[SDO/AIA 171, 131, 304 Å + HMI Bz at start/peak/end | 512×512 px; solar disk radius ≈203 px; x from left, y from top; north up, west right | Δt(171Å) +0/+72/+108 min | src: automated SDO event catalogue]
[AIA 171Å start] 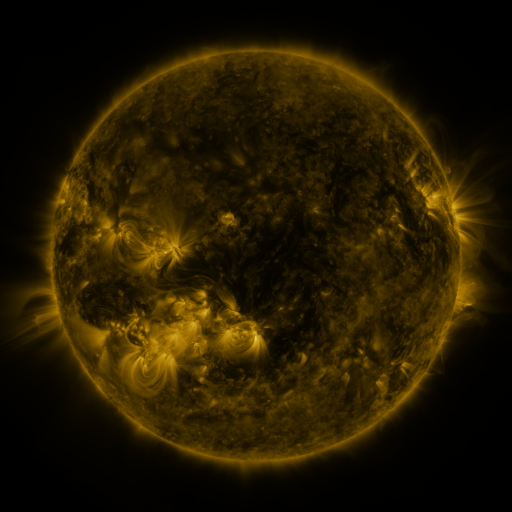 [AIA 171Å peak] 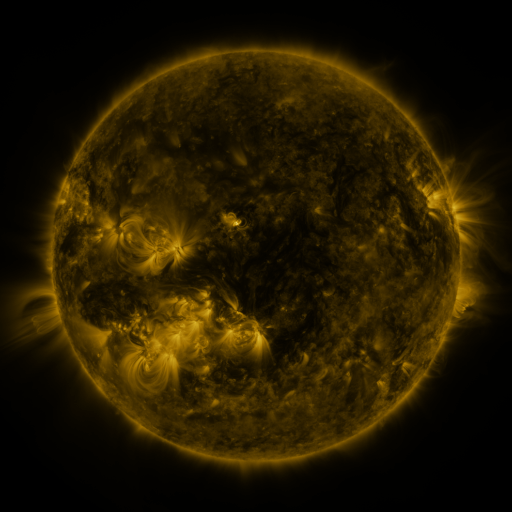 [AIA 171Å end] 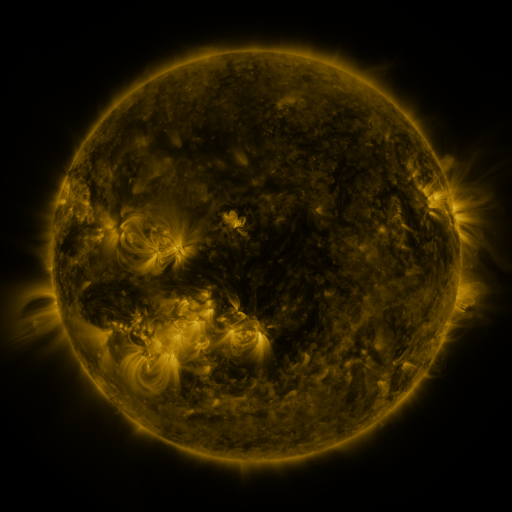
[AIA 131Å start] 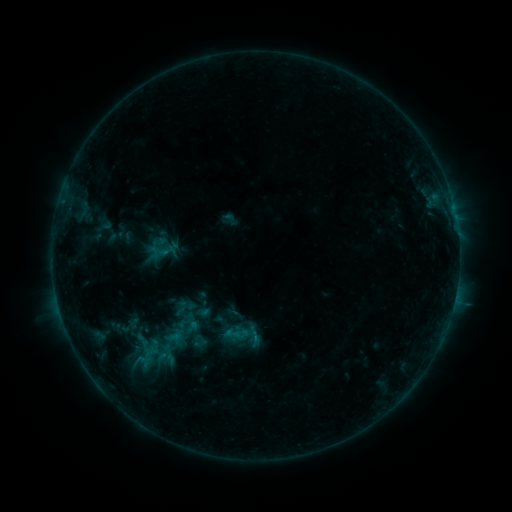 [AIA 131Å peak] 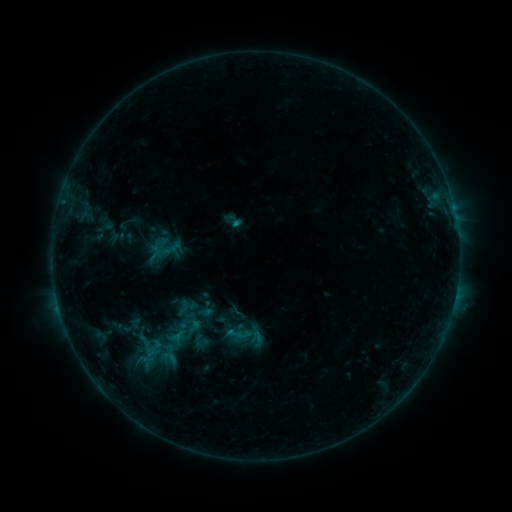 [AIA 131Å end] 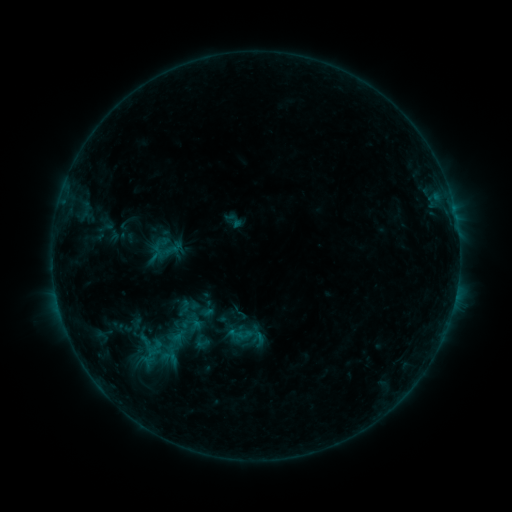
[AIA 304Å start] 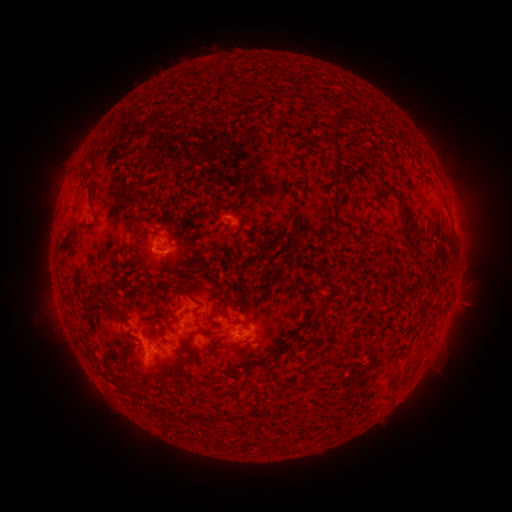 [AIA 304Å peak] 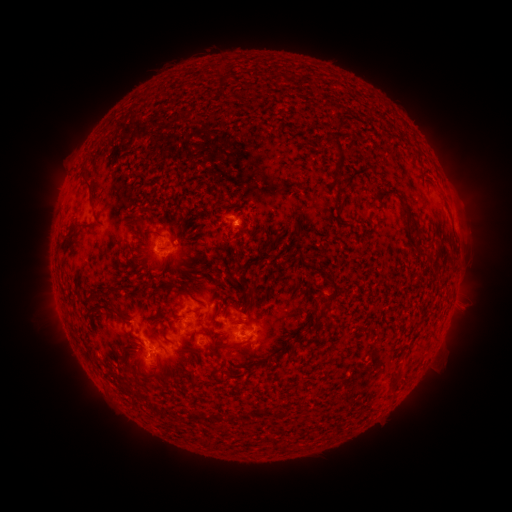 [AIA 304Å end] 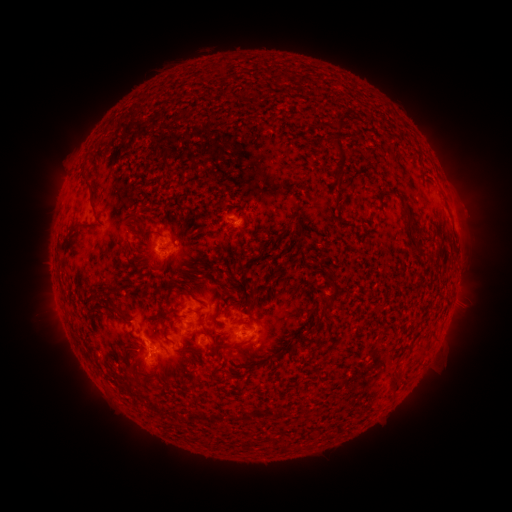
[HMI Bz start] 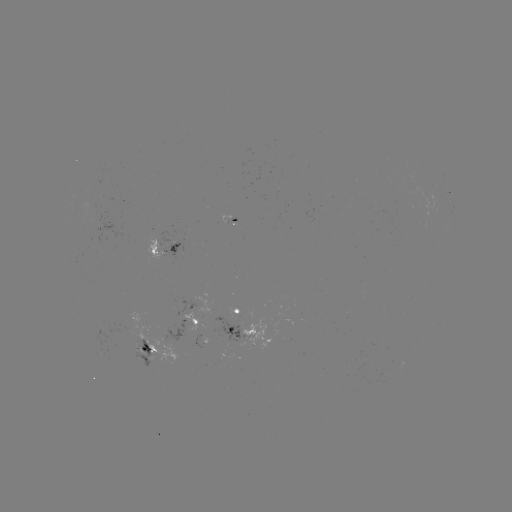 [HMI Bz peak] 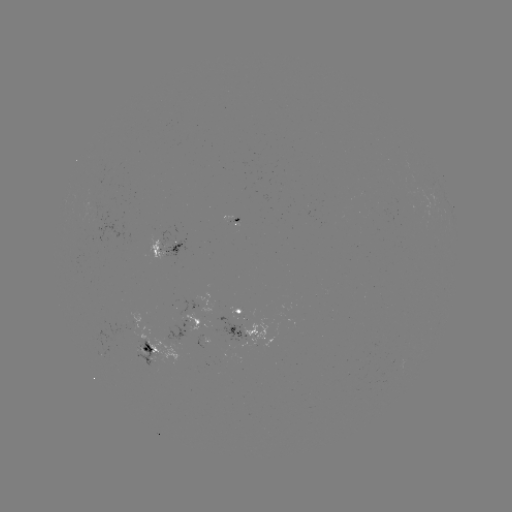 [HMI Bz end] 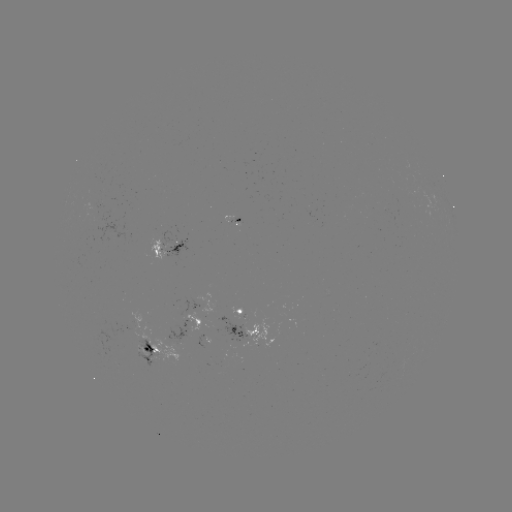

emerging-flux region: [83, 205, 99, 220]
